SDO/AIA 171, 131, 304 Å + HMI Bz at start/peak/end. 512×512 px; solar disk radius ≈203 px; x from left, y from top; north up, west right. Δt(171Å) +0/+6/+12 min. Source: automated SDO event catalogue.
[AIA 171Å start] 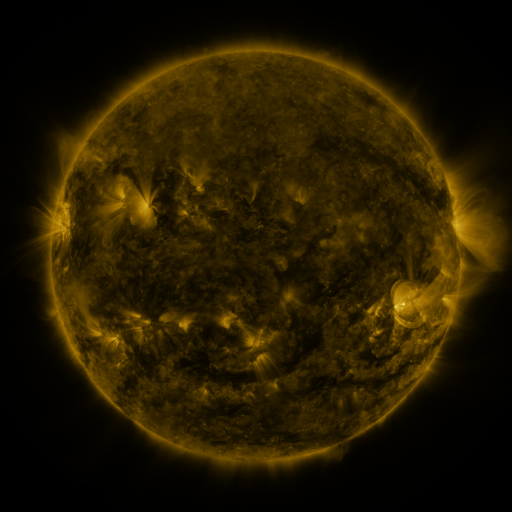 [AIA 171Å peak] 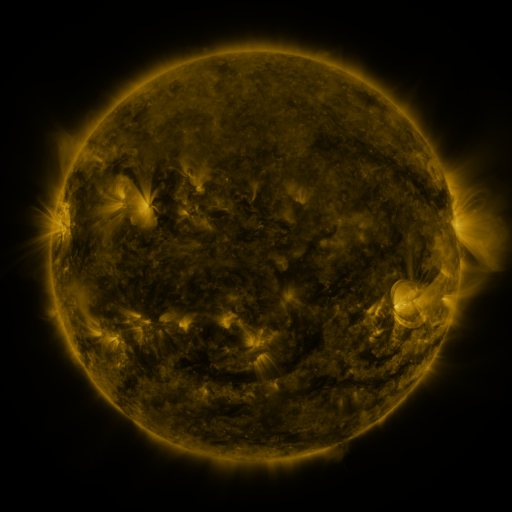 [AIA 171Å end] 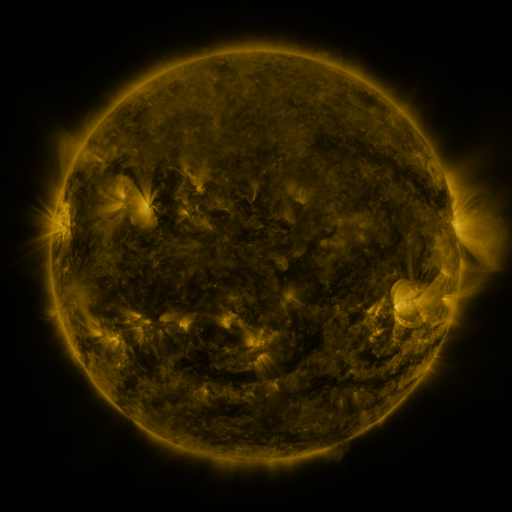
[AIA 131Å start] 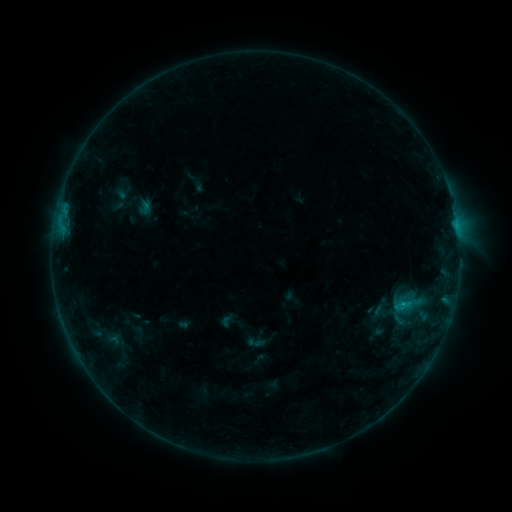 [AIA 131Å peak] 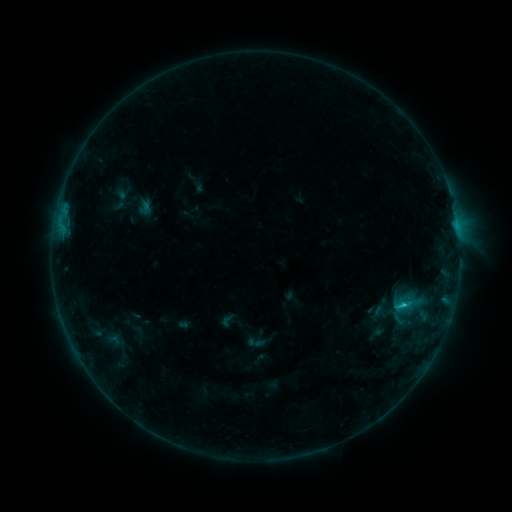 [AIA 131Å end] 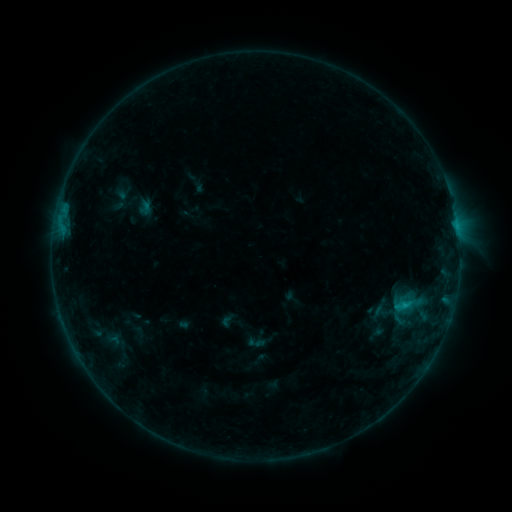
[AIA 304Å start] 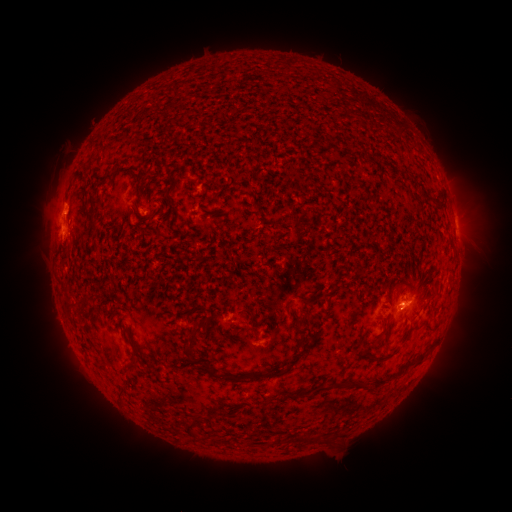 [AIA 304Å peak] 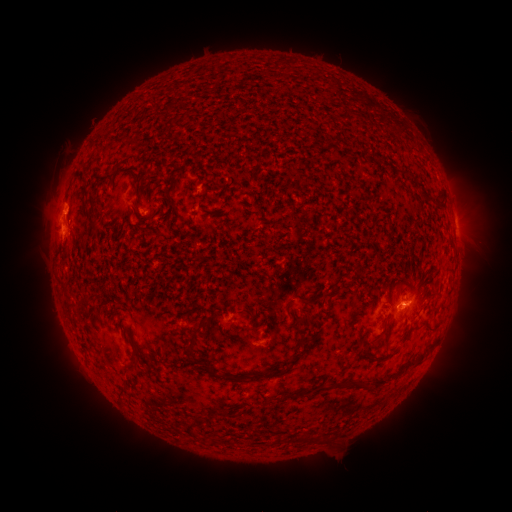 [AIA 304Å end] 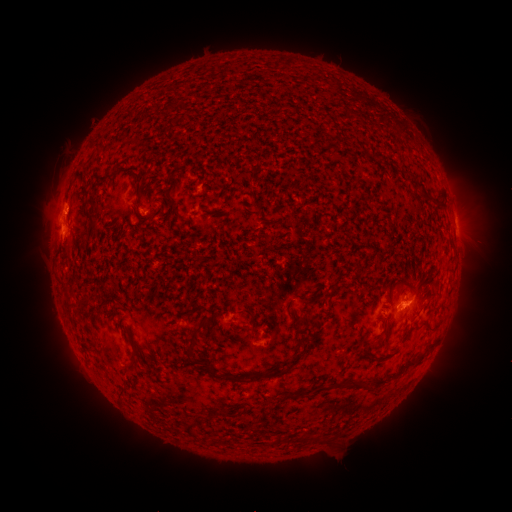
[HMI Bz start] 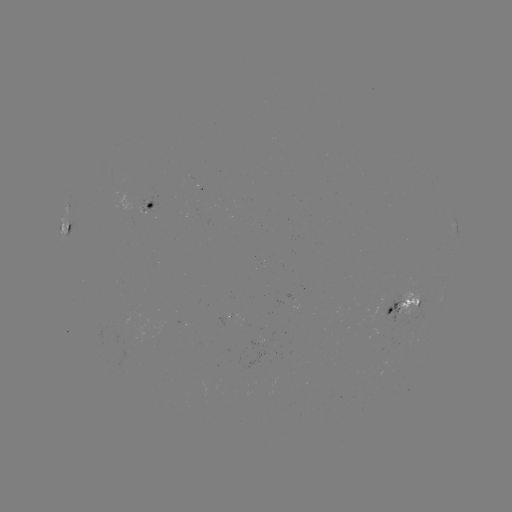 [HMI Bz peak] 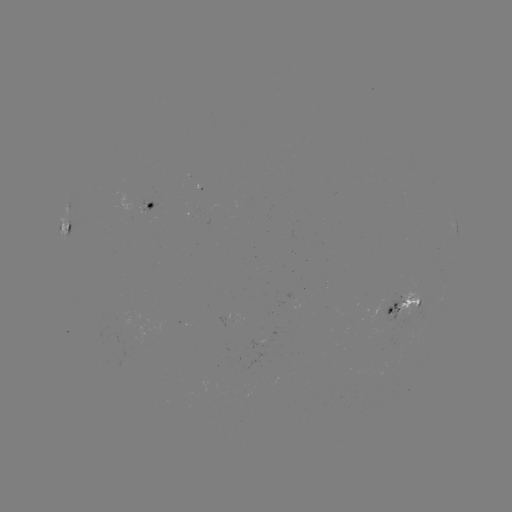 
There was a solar flare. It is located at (401, 304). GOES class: B8.1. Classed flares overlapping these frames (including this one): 1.